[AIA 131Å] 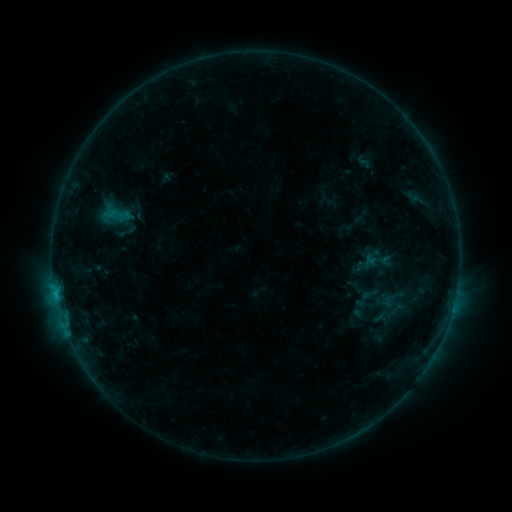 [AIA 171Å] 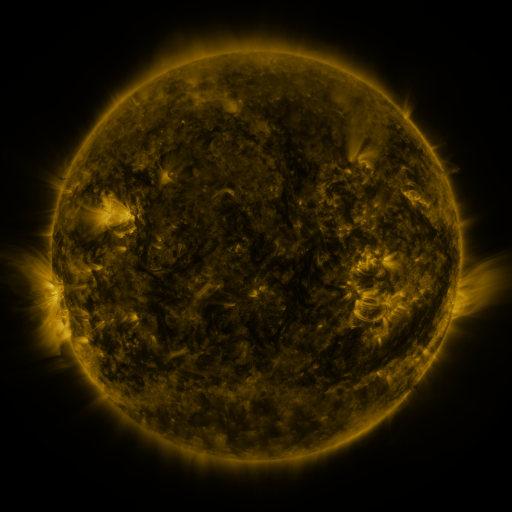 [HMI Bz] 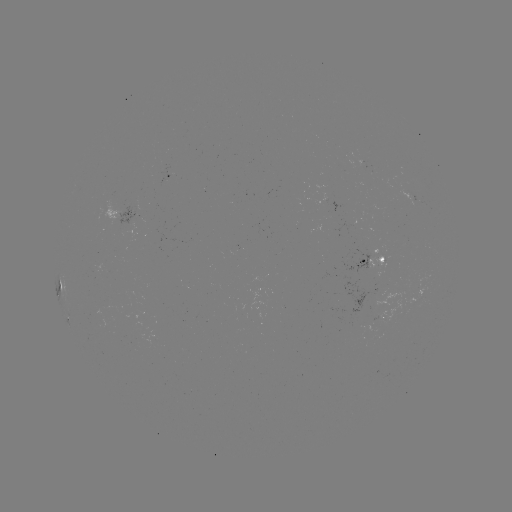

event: sigmoid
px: (117, 214)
